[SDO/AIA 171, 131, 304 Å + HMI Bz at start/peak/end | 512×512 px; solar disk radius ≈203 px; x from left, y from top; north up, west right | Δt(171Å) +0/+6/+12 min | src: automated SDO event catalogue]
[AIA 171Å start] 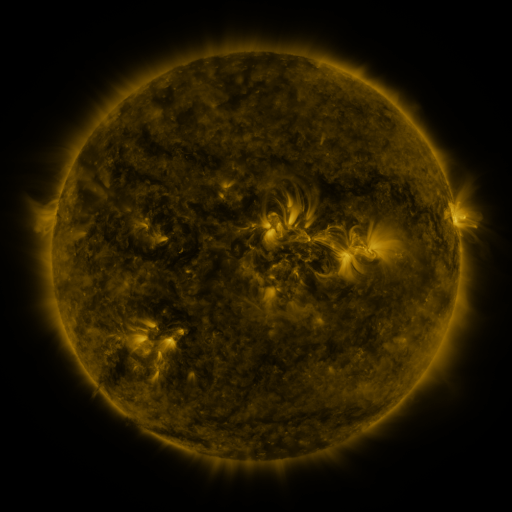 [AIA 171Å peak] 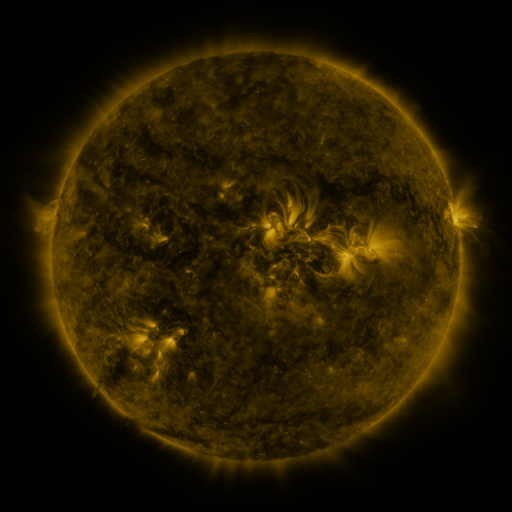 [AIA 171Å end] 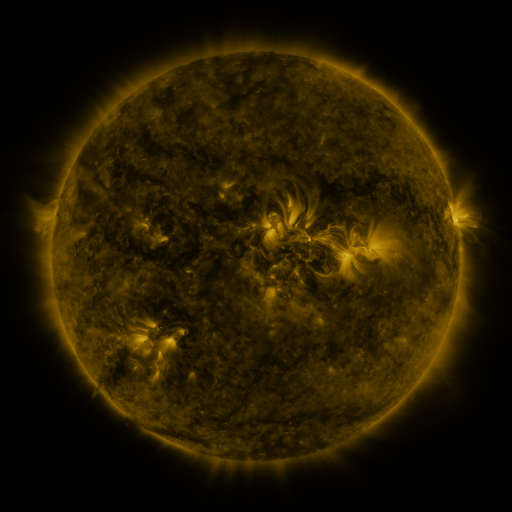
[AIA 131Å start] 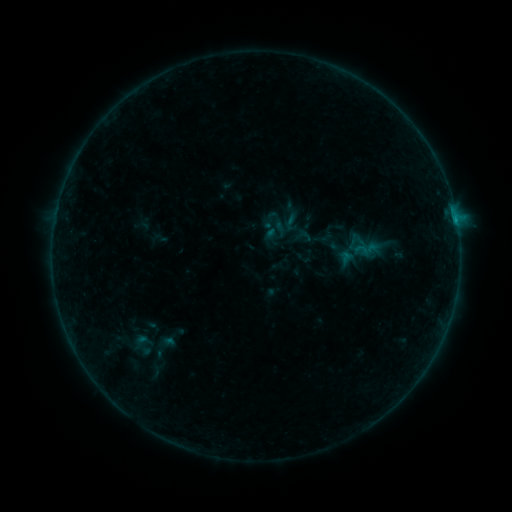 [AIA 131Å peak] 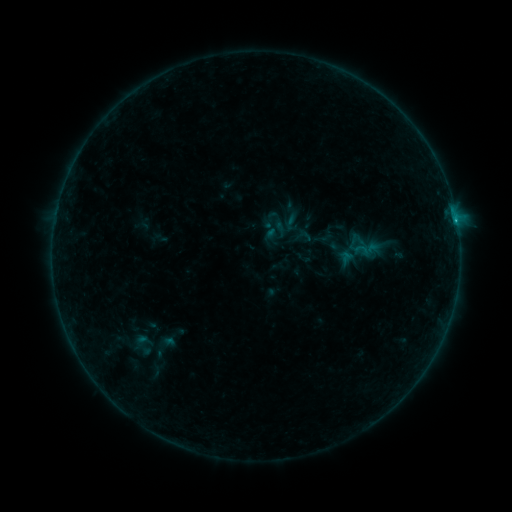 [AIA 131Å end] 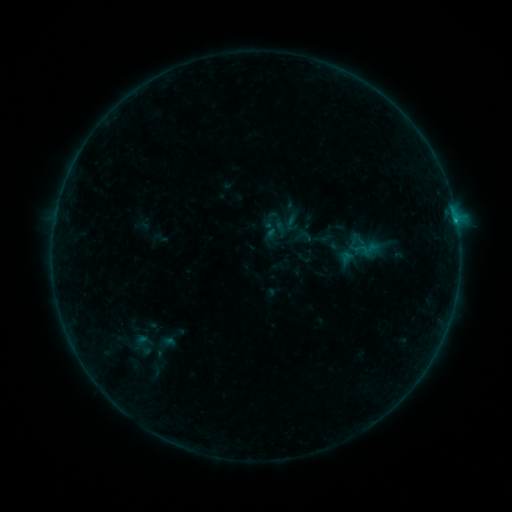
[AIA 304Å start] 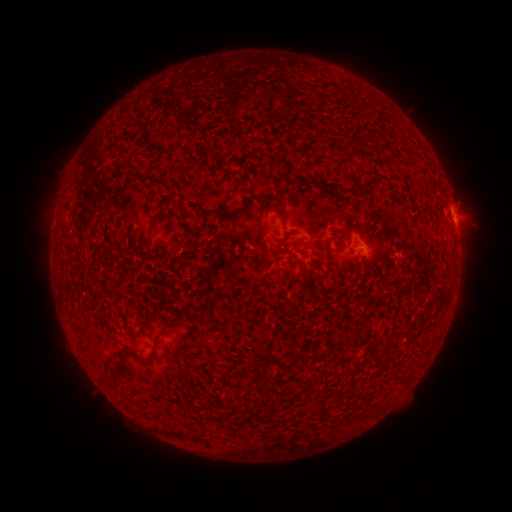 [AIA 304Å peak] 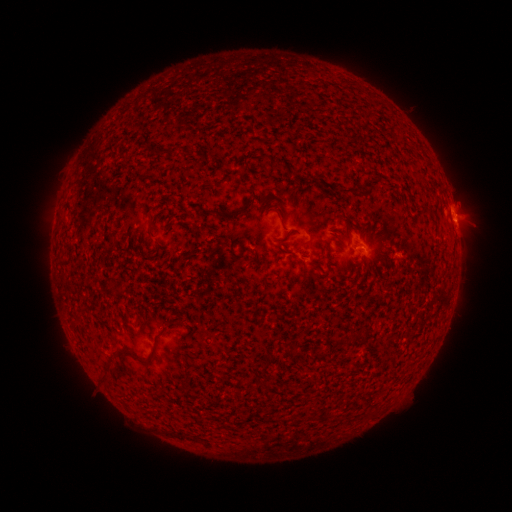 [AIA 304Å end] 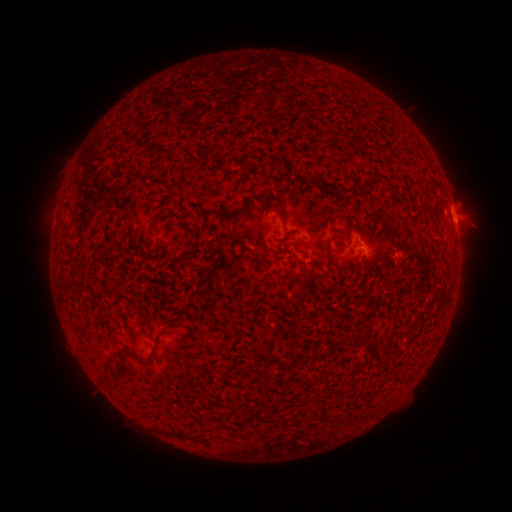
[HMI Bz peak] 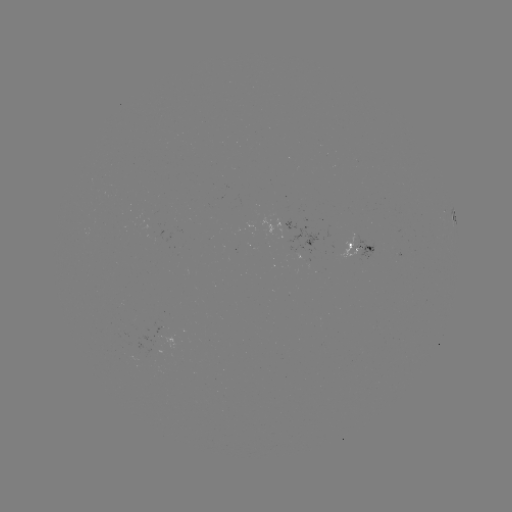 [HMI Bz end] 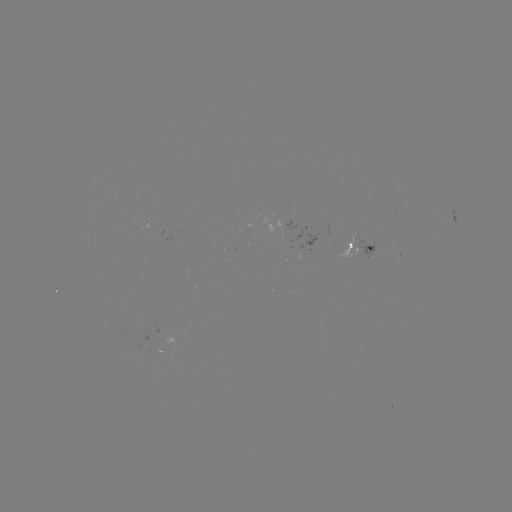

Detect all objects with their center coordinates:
B3.4 flare: (455, 223)
